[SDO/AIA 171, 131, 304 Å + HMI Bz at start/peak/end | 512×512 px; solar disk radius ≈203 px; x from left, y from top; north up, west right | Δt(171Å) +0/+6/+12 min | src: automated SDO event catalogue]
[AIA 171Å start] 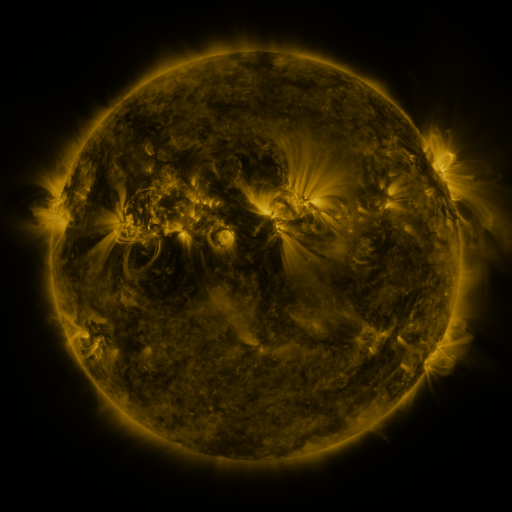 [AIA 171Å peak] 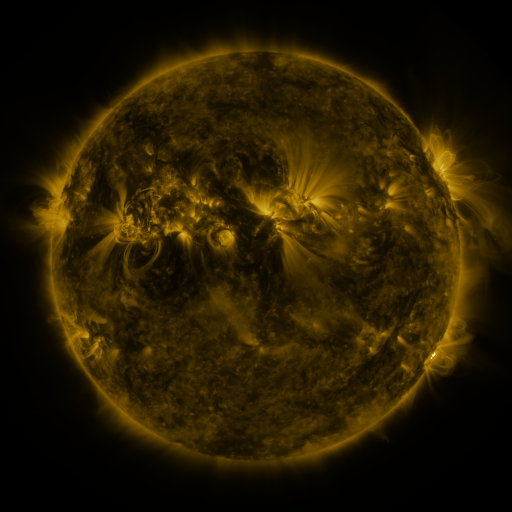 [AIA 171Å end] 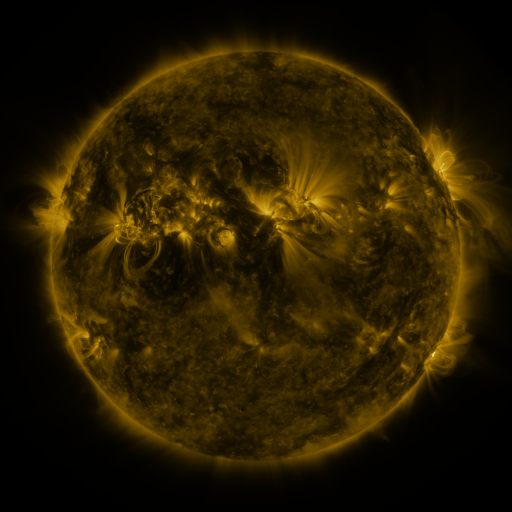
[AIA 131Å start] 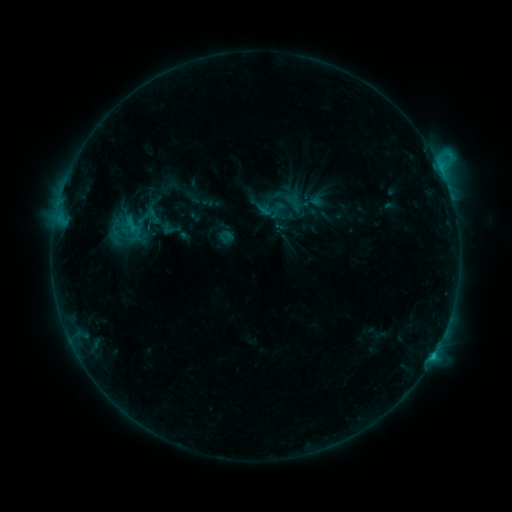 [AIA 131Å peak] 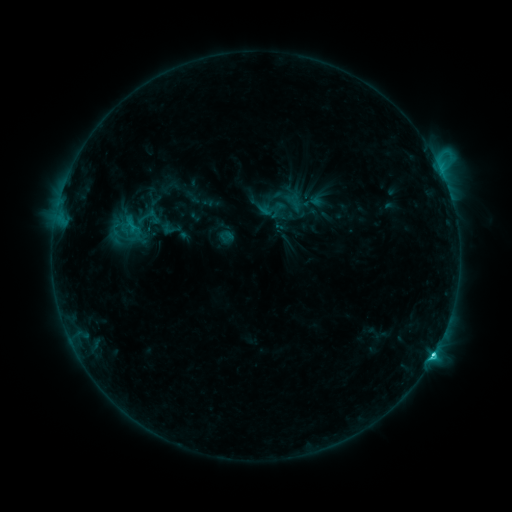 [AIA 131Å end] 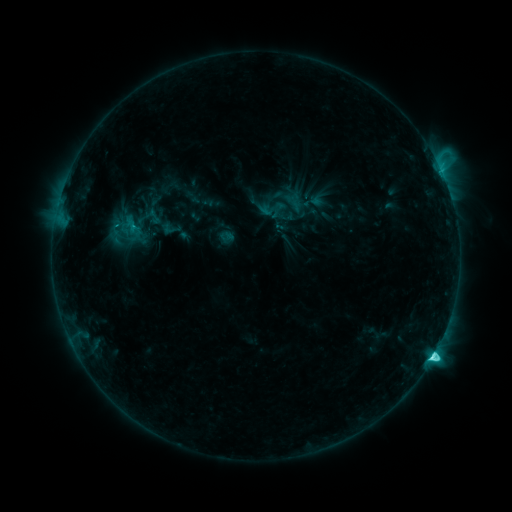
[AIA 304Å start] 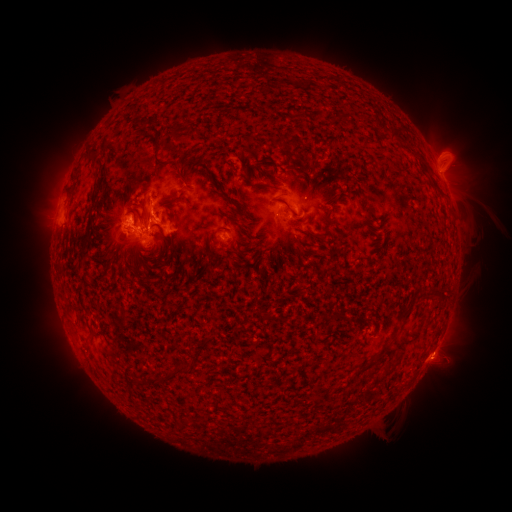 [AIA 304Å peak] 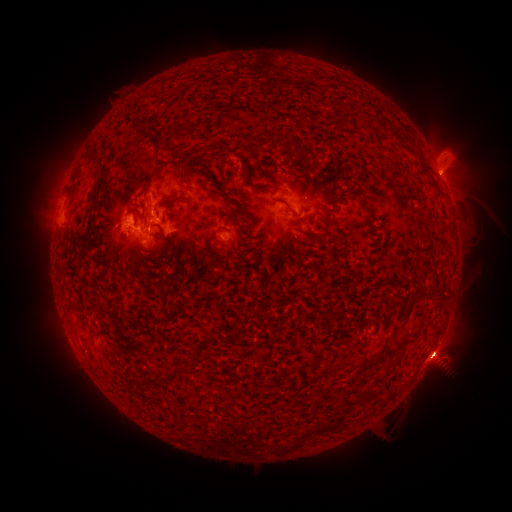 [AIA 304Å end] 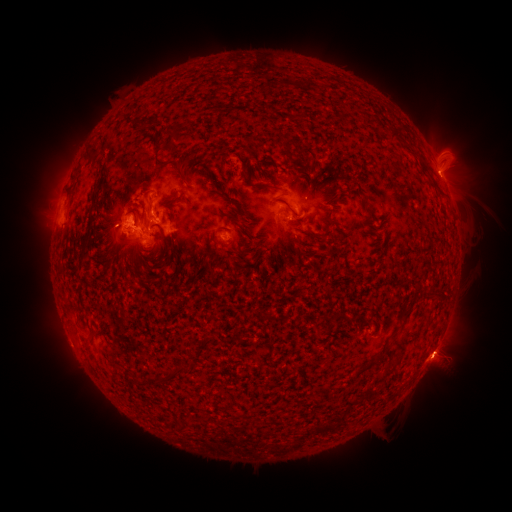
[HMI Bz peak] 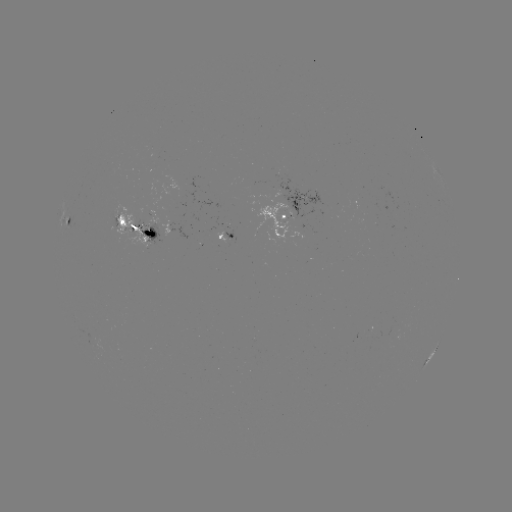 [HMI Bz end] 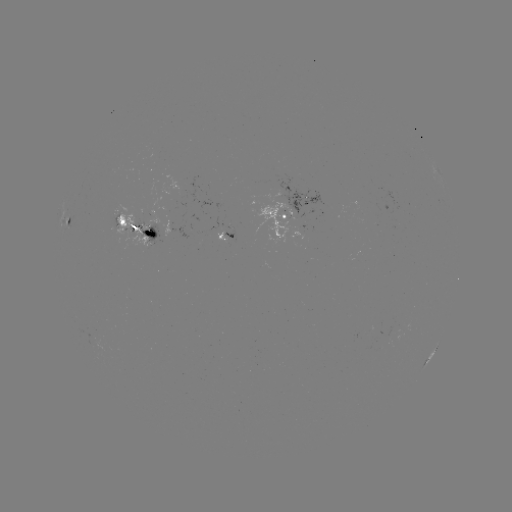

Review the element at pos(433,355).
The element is C8.6 flare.